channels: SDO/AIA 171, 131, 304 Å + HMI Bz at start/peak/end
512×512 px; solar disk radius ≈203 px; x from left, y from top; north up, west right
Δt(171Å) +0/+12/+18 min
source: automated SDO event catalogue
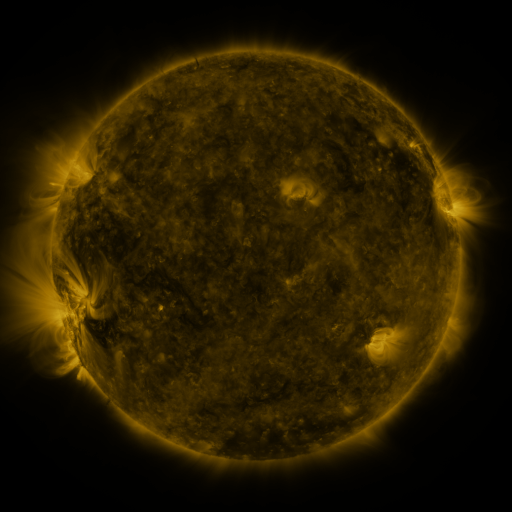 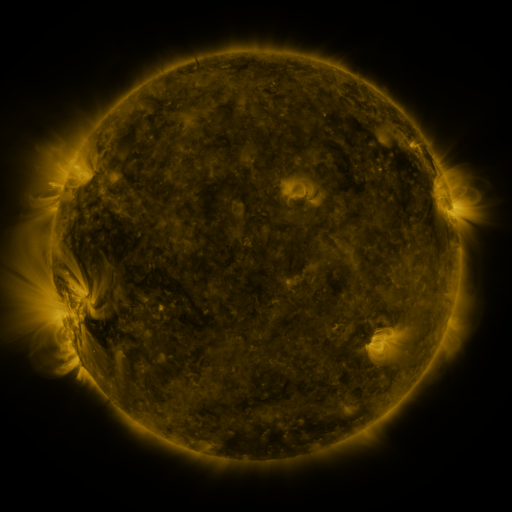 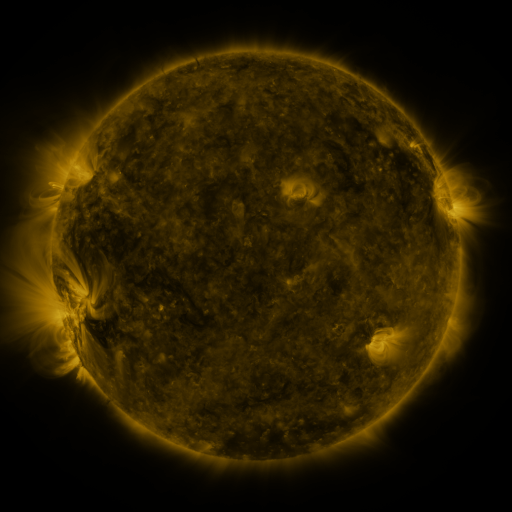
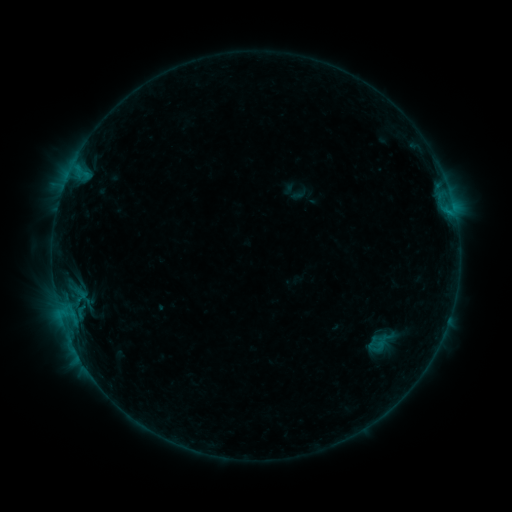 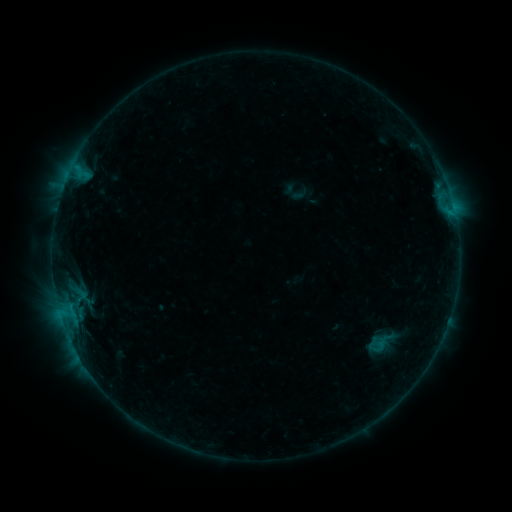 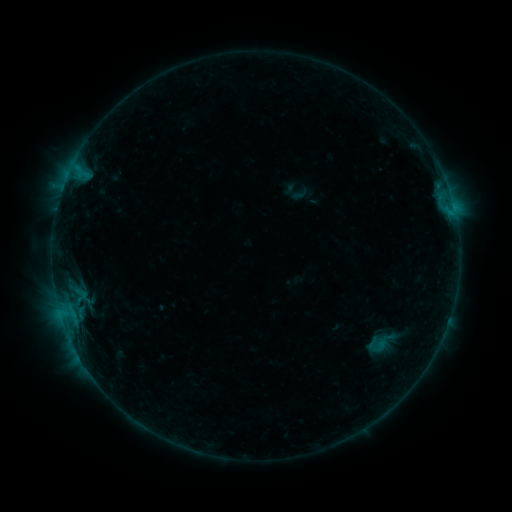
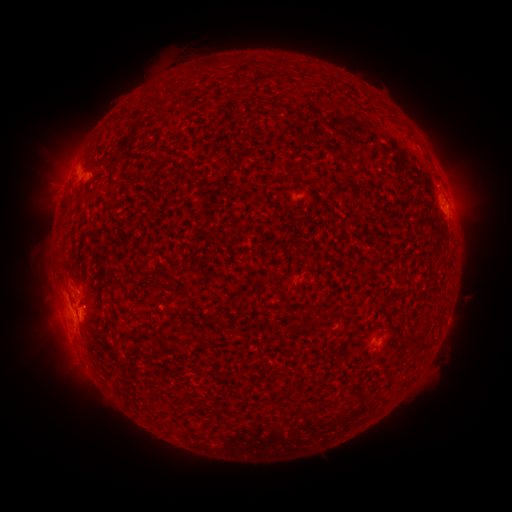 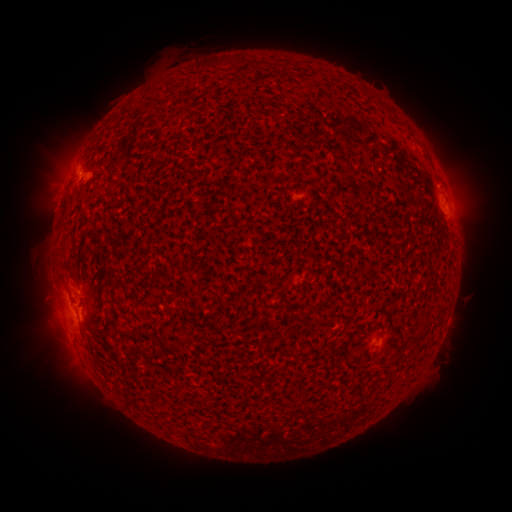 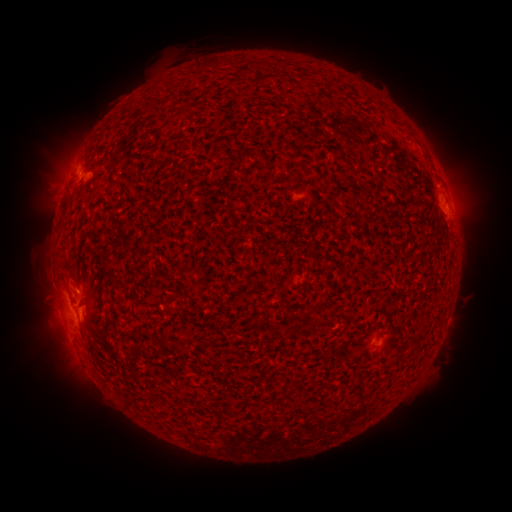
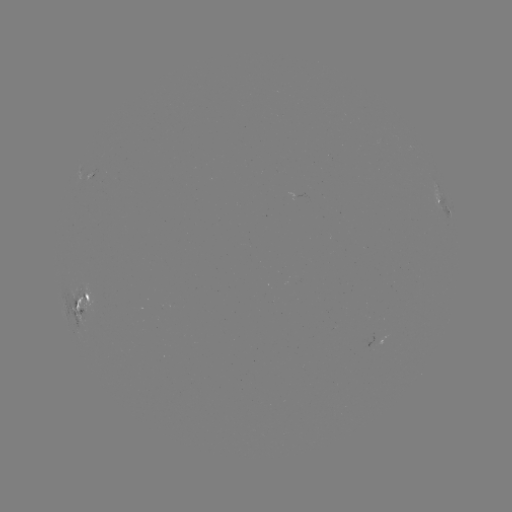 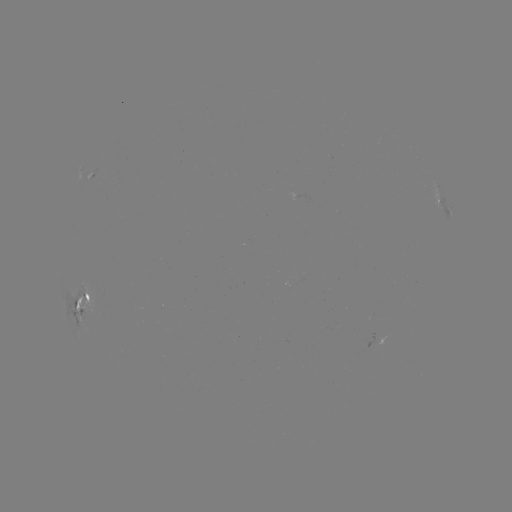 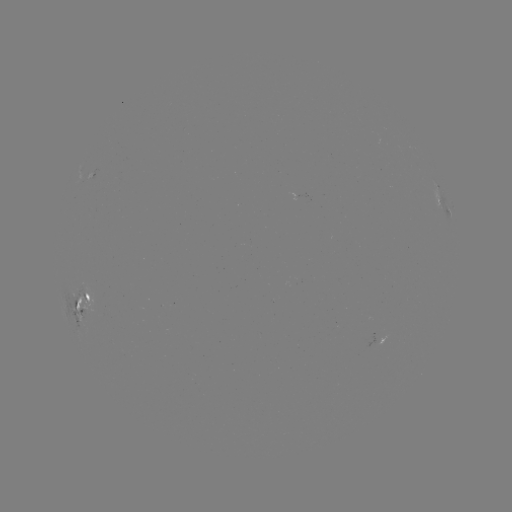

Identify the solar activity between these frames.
no classed flare was catalogued and no EUV brightening was flagged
